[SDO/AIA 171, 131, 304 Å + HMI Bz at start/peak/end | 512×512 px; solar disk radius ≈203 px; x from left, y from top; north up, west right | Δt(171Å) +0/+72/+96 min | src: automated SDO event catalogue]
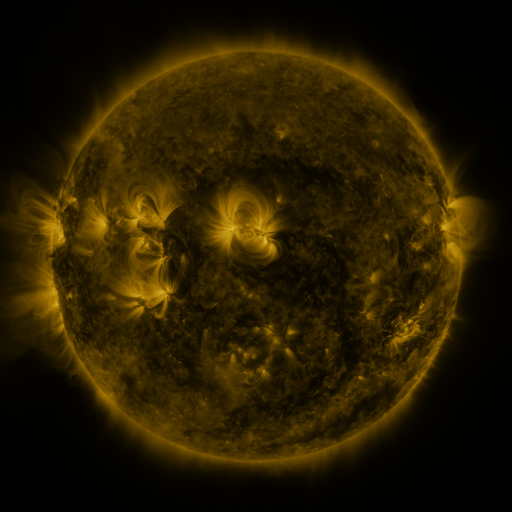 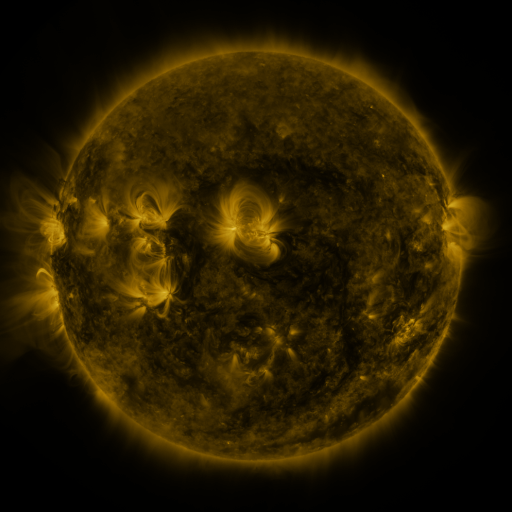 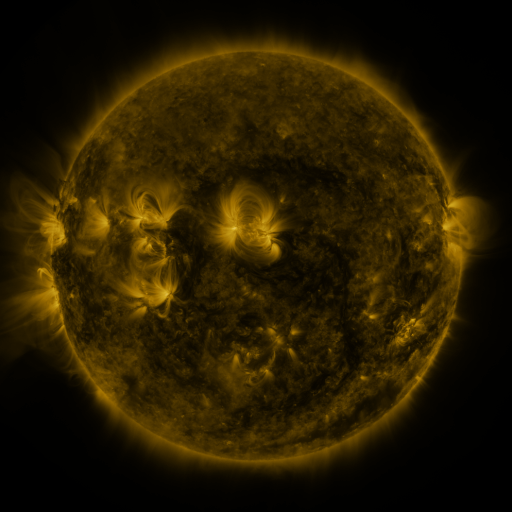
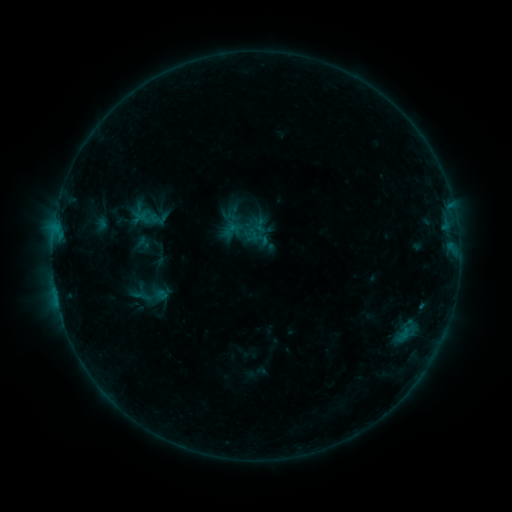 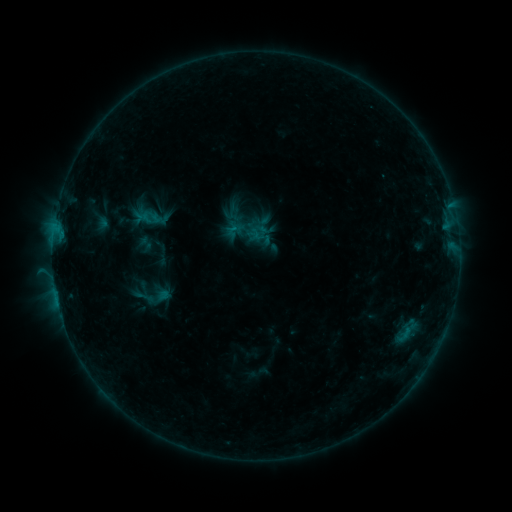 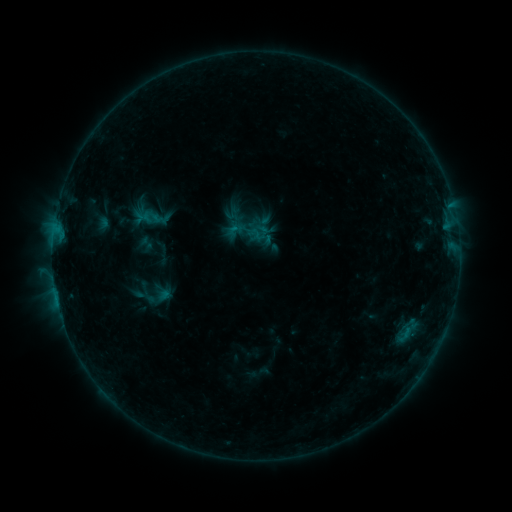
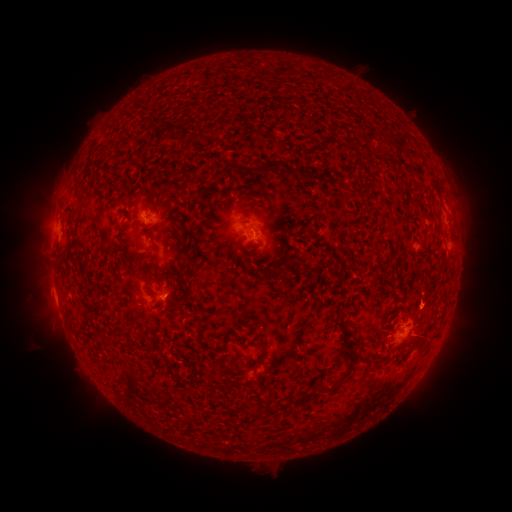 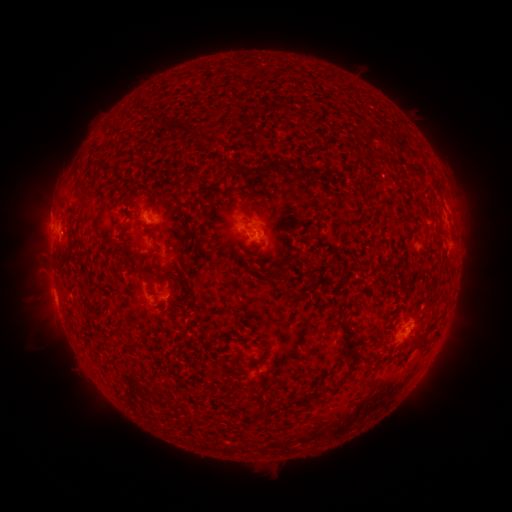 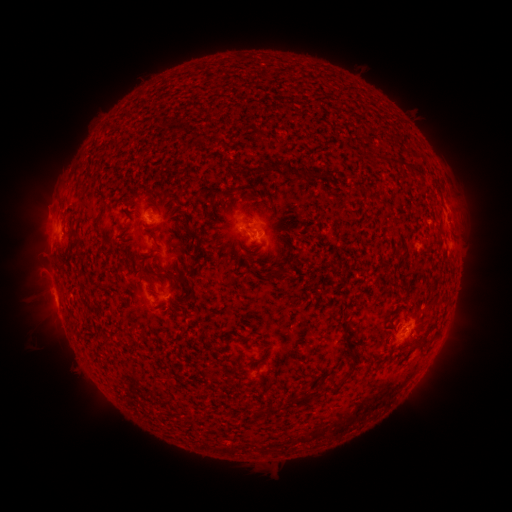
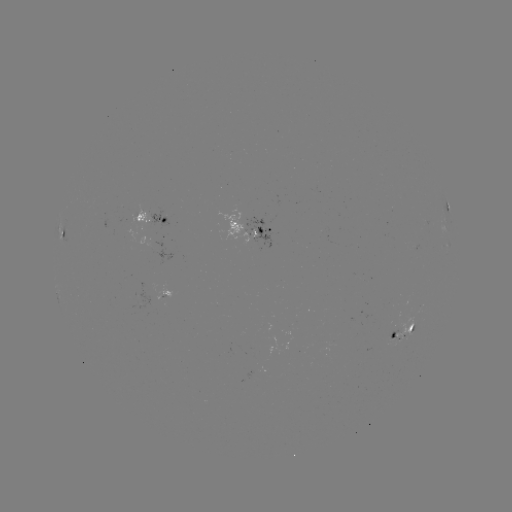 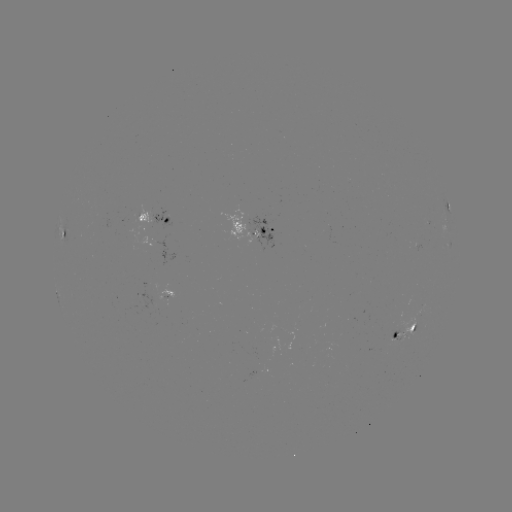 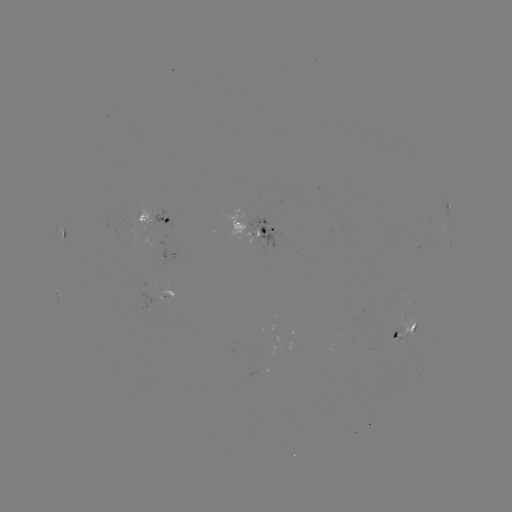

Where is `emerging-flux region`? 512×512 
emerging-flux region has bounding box [391, 331, 407, 342].